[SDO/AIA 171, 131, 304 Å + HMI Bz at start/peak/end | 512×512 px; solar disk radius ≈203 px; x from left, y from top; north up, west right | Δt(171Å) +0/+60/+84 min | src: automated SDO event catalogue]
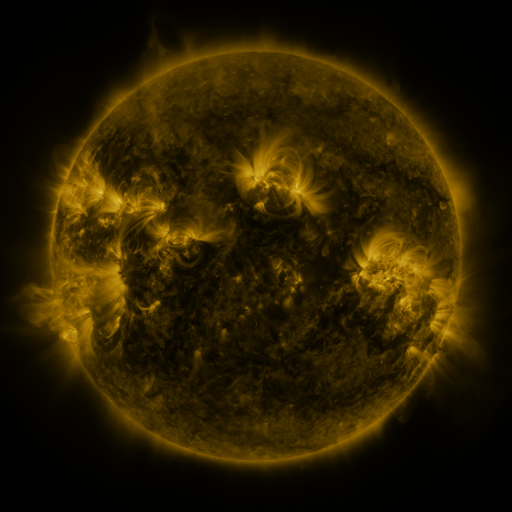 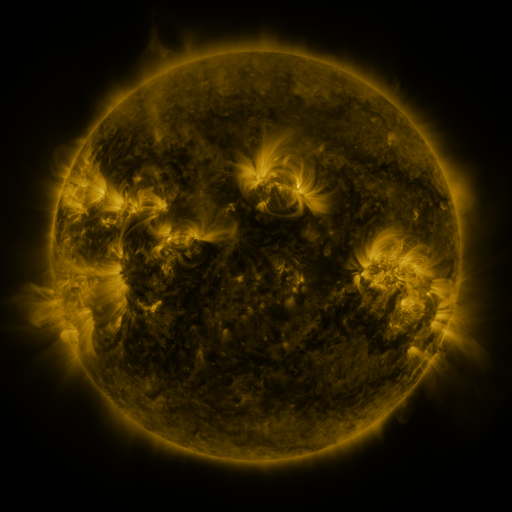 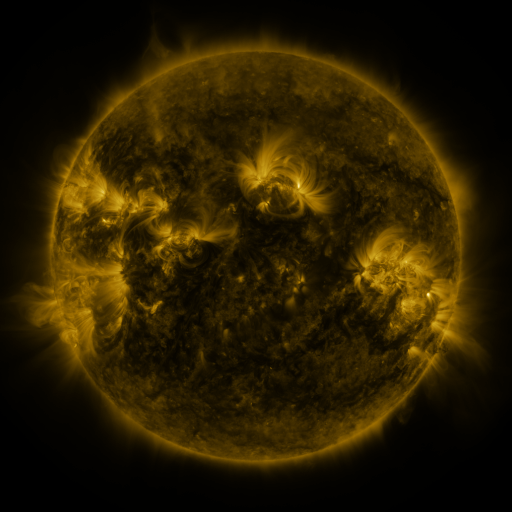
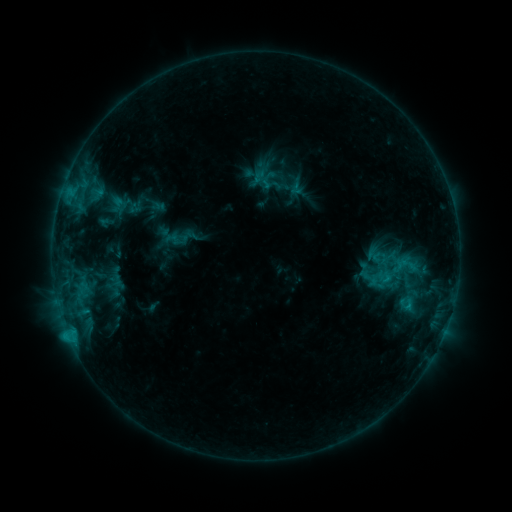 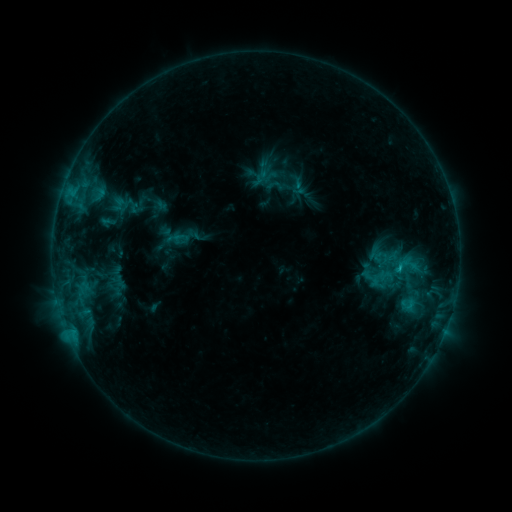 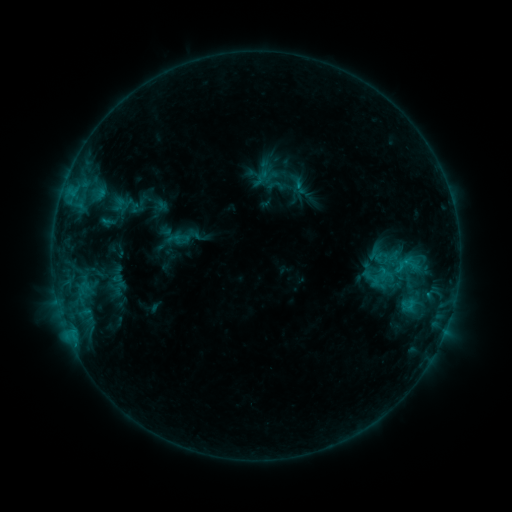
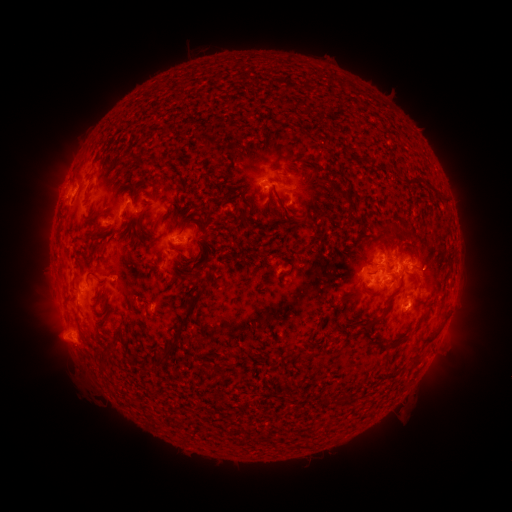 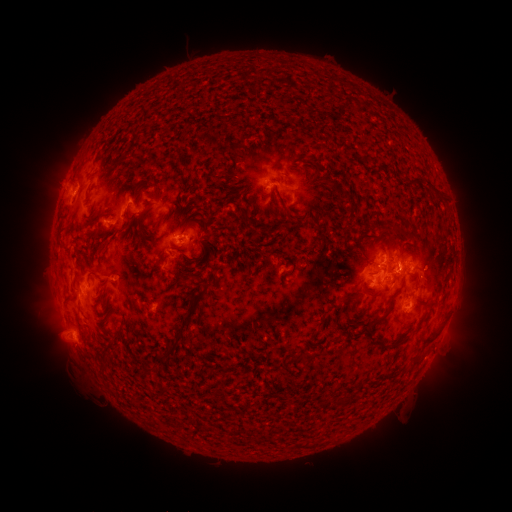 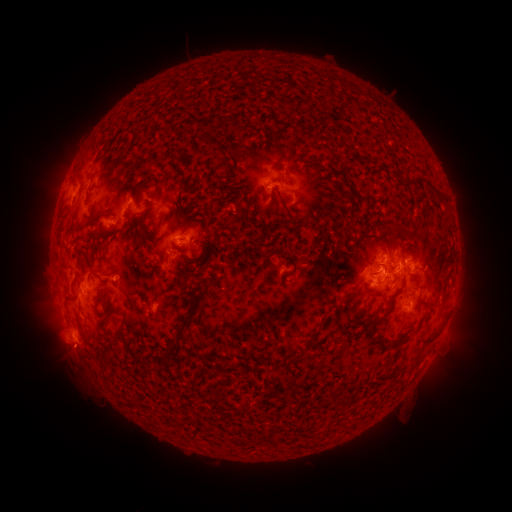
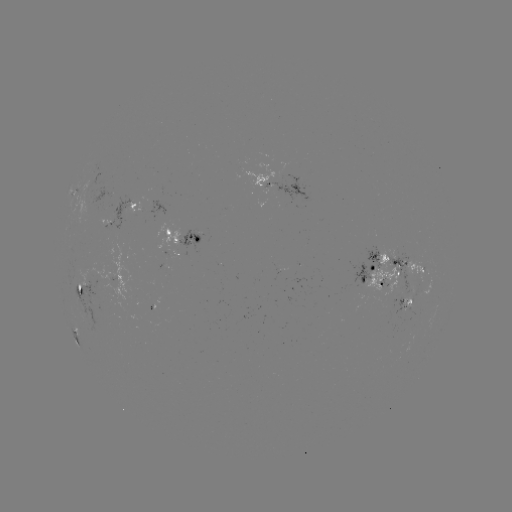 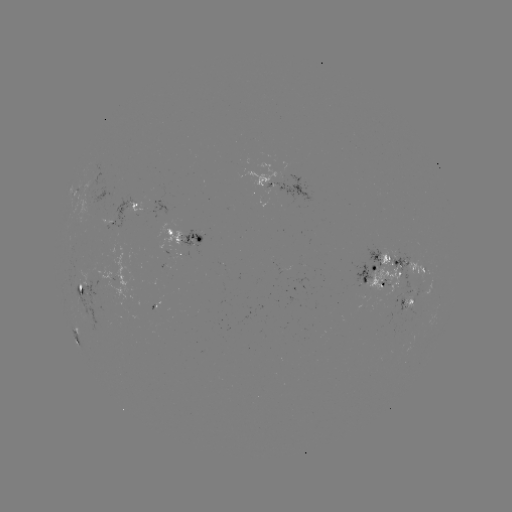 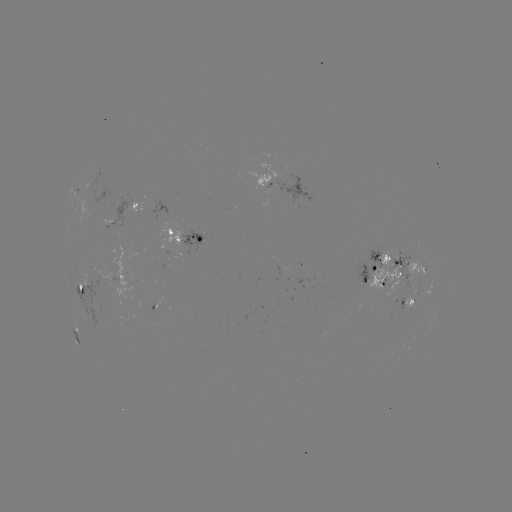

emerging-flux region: (279, 162, 291, 180)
